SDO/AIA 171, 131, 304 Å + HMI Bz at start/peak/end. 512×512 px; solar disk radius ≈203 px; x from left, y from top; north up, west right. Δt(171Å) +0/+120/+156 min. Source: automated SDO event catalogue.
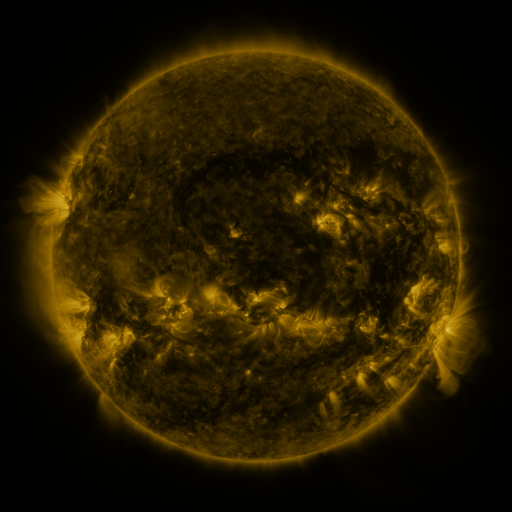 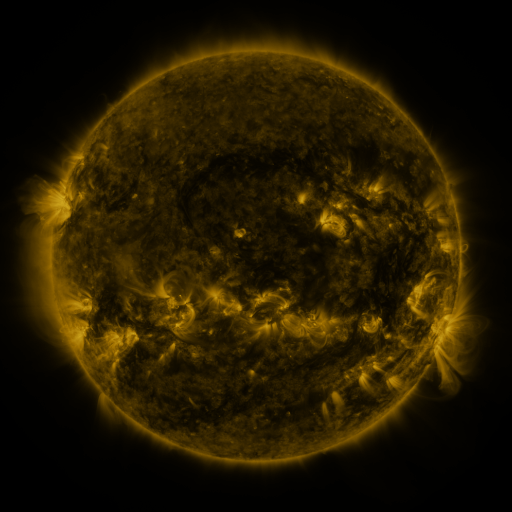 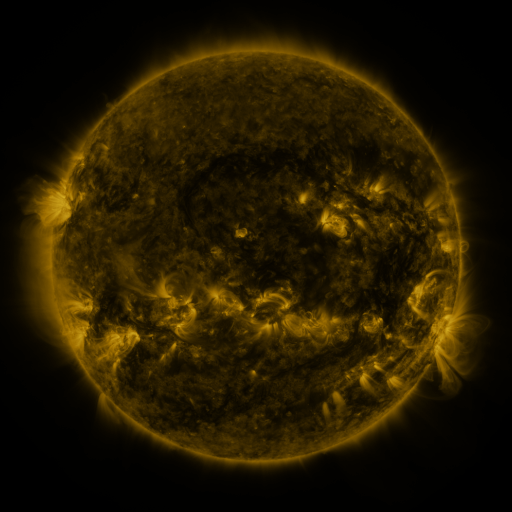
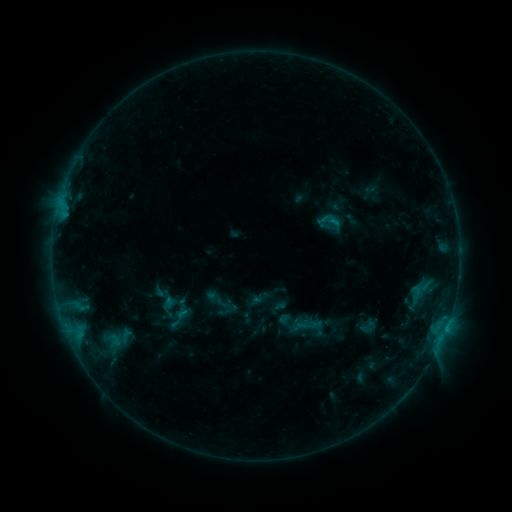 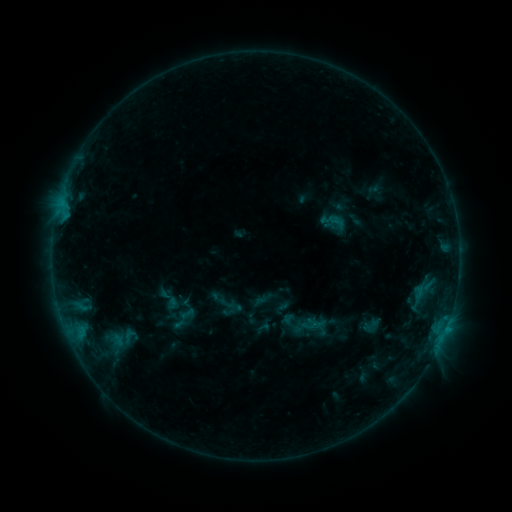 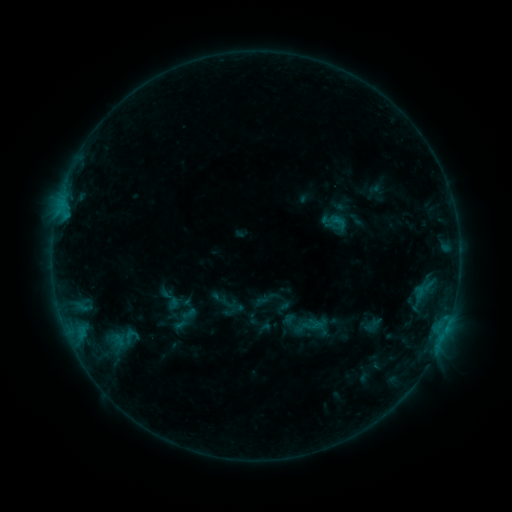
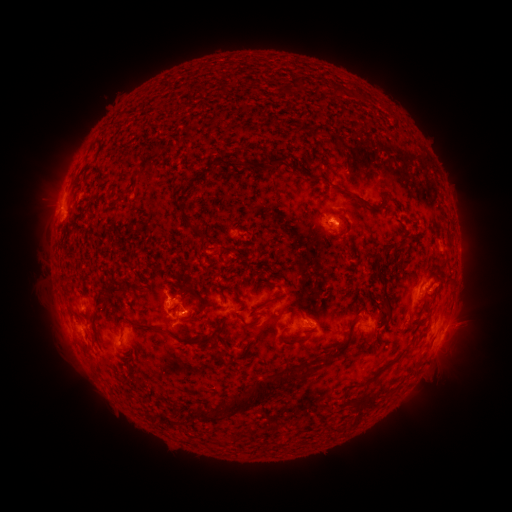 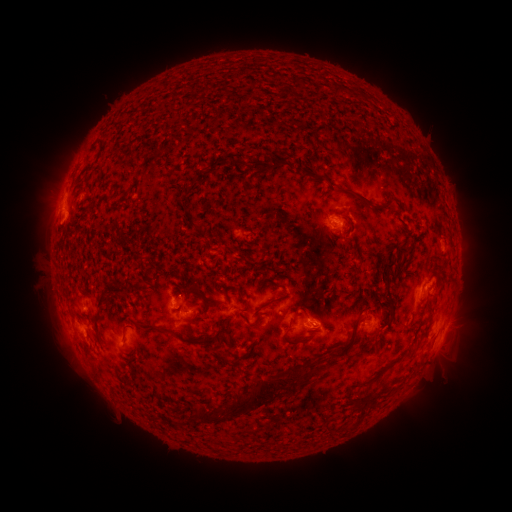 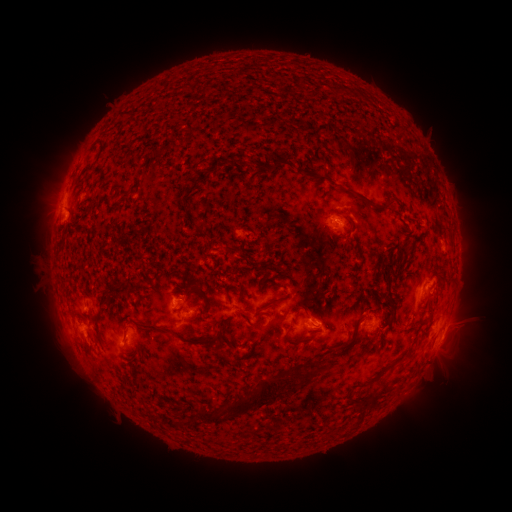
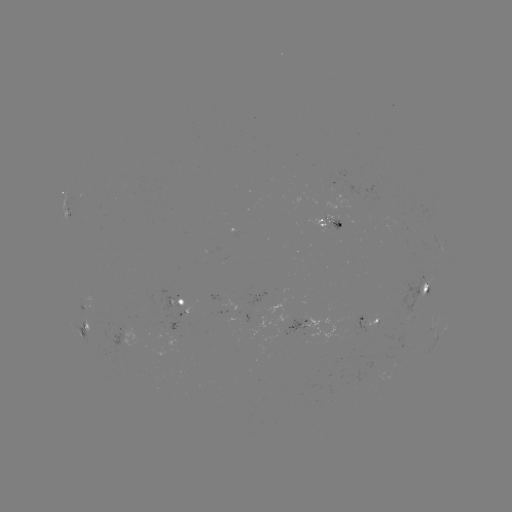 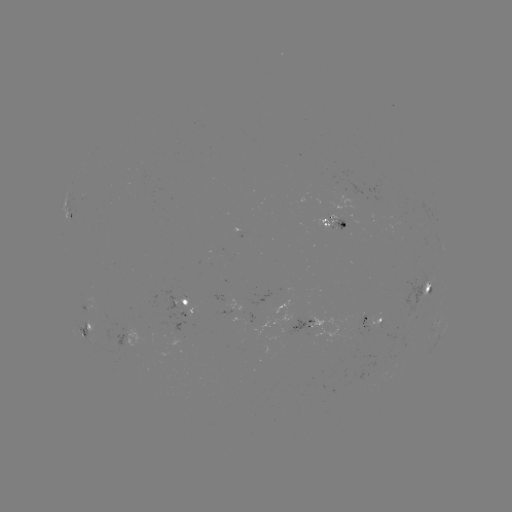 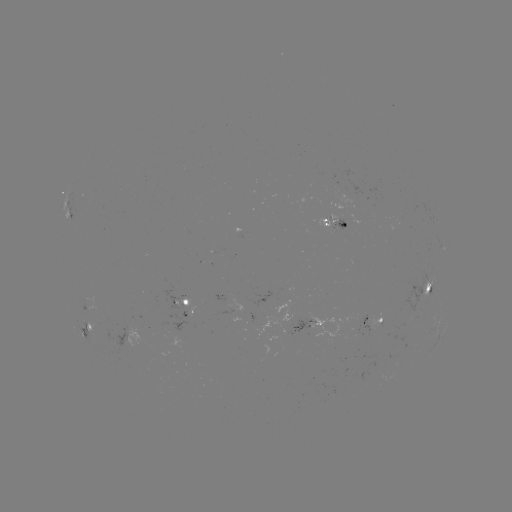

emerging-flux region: <bbox>244, 290, 270, 309</bbox>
